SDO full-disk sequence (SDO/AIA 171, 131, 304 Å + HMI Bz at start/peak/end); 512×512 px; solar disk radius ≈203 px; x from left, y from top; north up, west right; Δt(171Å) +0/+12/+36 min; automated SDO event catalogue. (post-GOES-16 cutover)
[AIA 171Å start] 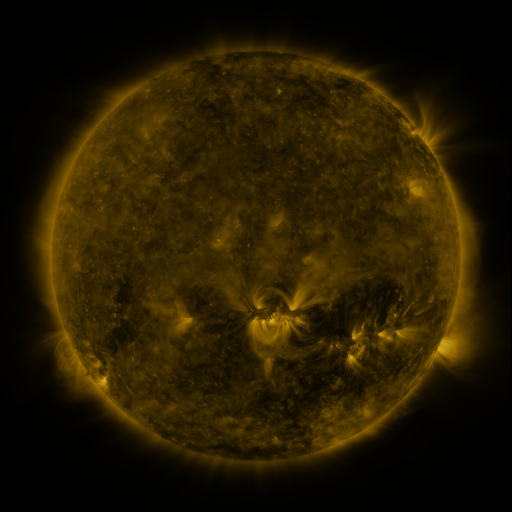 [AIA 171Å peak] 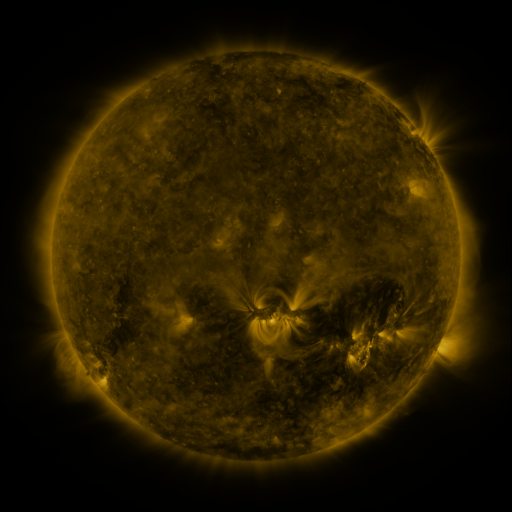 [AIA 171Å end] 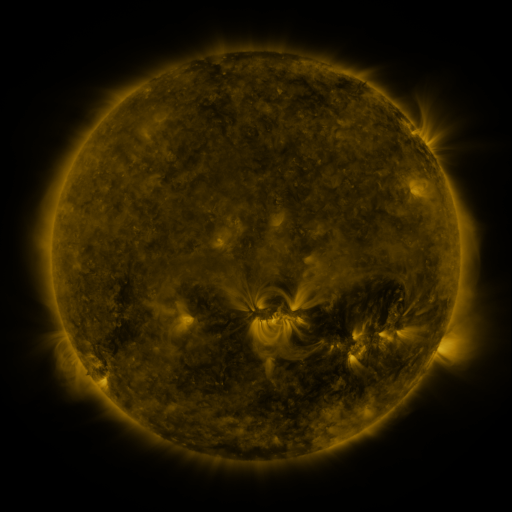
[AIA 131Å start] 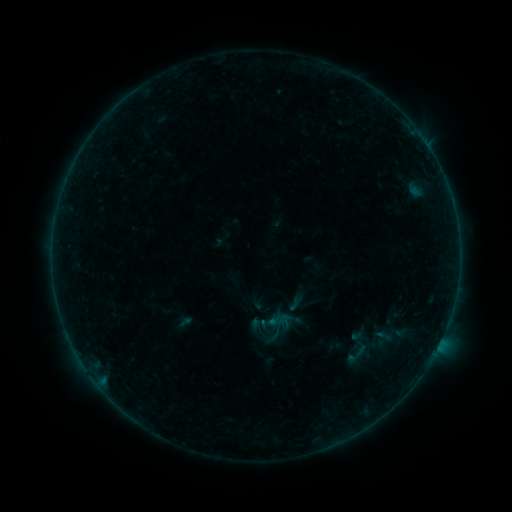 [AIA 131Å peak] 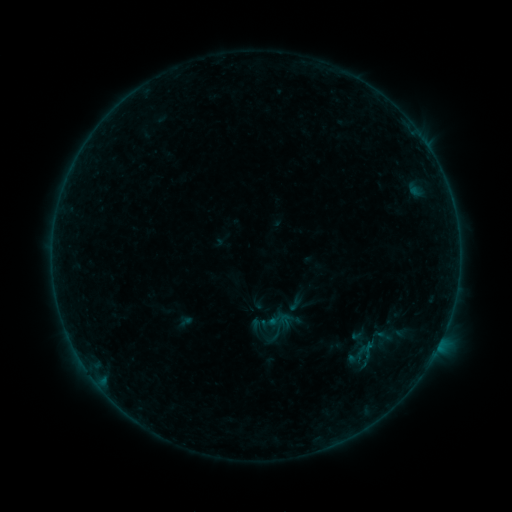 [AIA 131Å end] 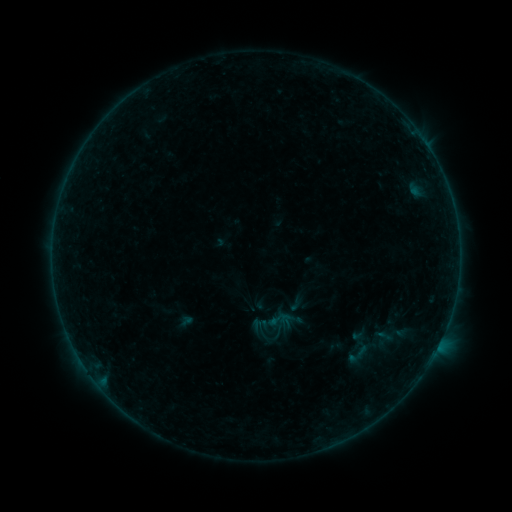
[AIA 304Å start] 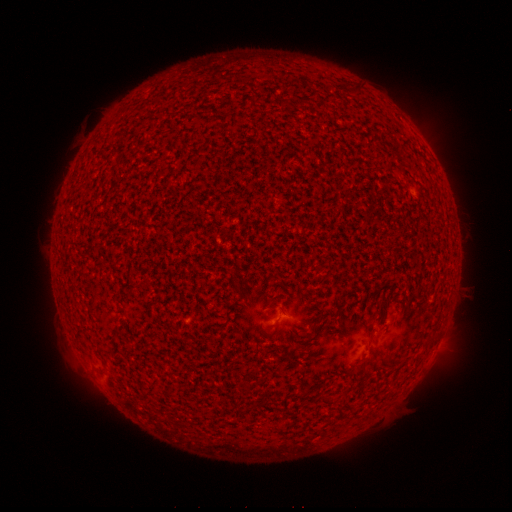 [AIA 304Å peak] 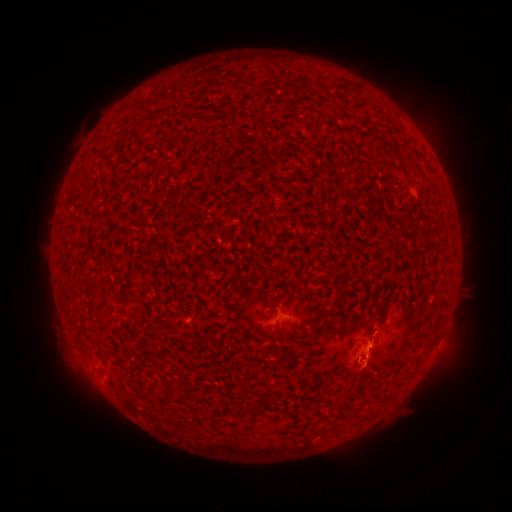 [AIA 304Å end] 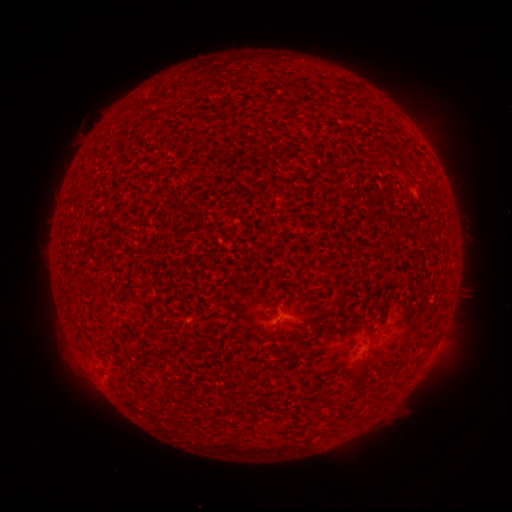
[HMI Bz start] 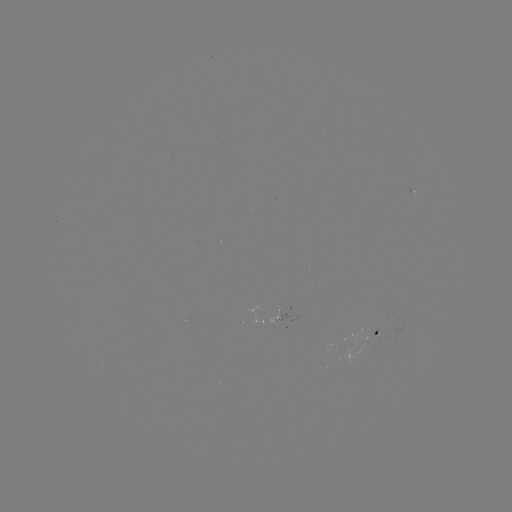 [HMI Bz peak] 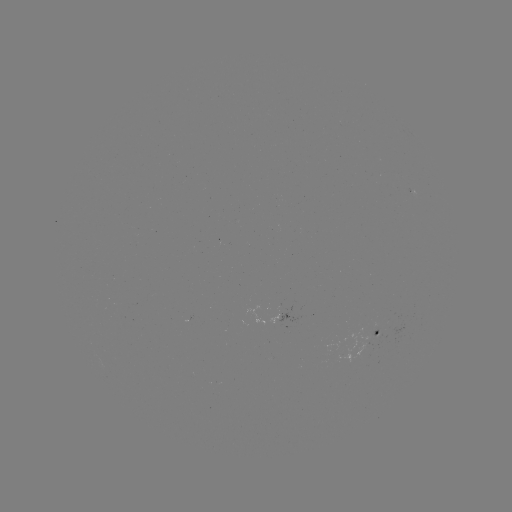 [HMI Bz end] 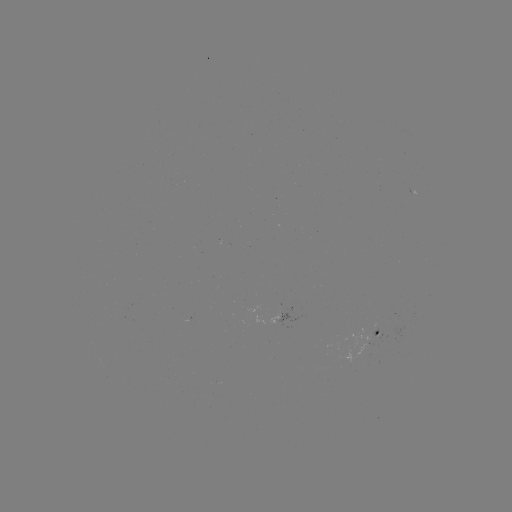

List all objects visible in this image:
A6.5 flare: (368, 344)
